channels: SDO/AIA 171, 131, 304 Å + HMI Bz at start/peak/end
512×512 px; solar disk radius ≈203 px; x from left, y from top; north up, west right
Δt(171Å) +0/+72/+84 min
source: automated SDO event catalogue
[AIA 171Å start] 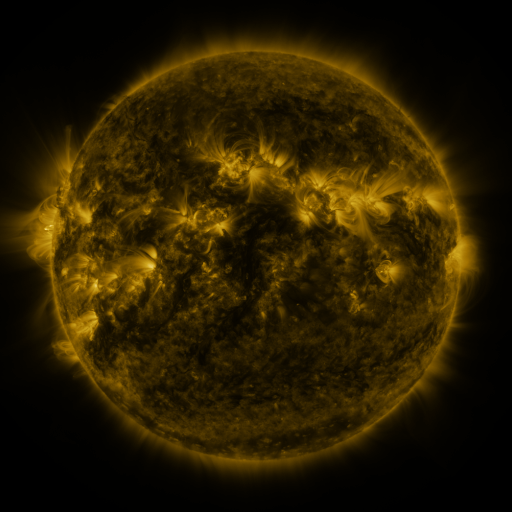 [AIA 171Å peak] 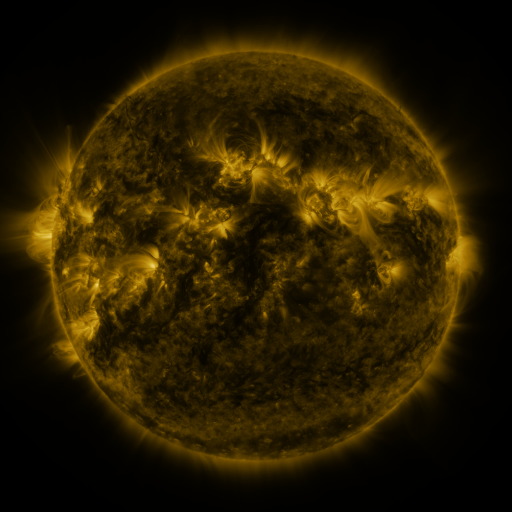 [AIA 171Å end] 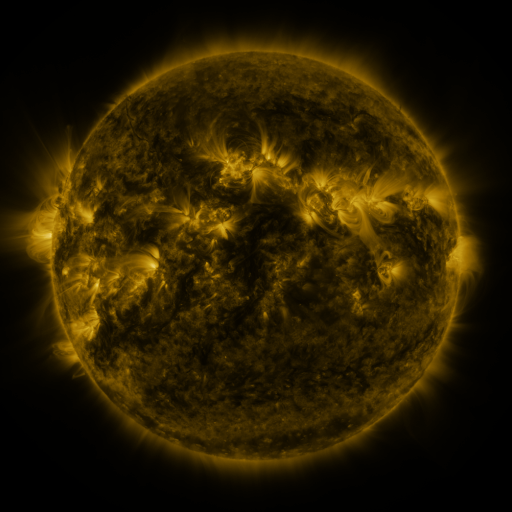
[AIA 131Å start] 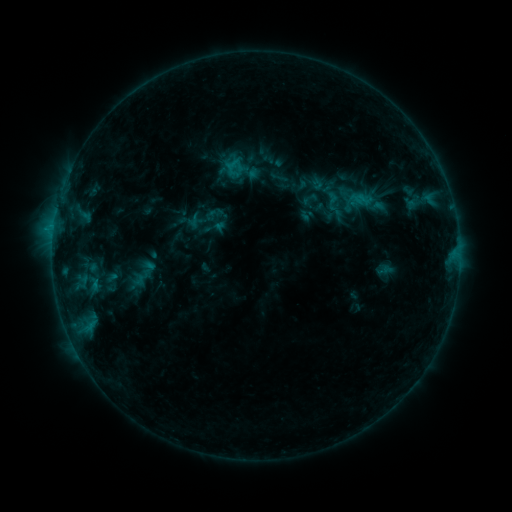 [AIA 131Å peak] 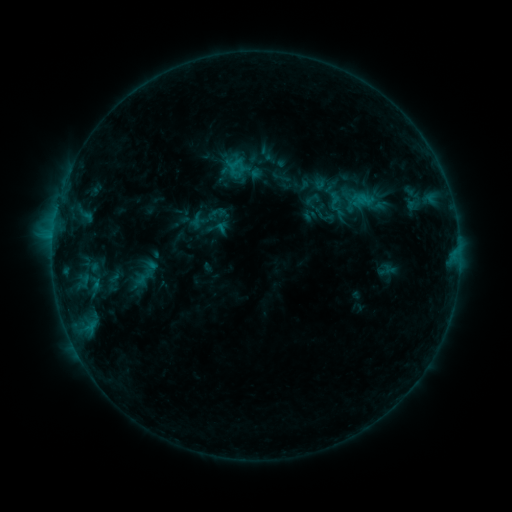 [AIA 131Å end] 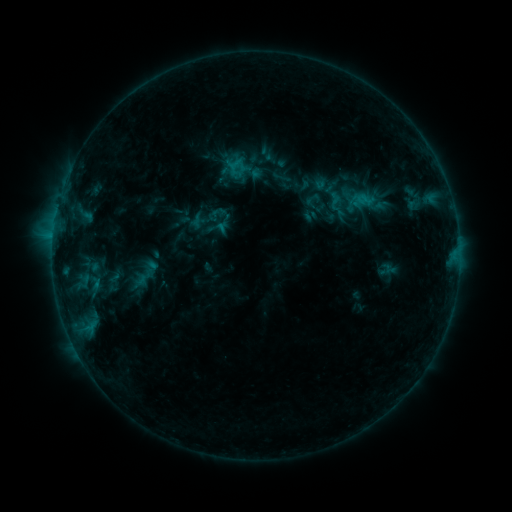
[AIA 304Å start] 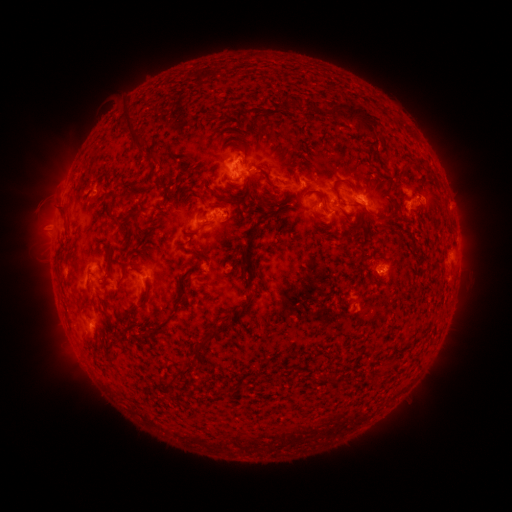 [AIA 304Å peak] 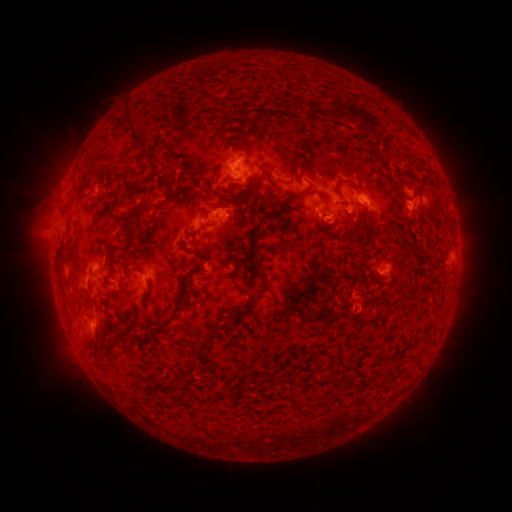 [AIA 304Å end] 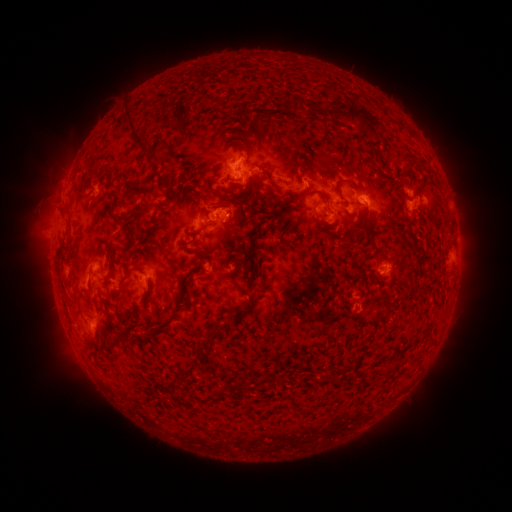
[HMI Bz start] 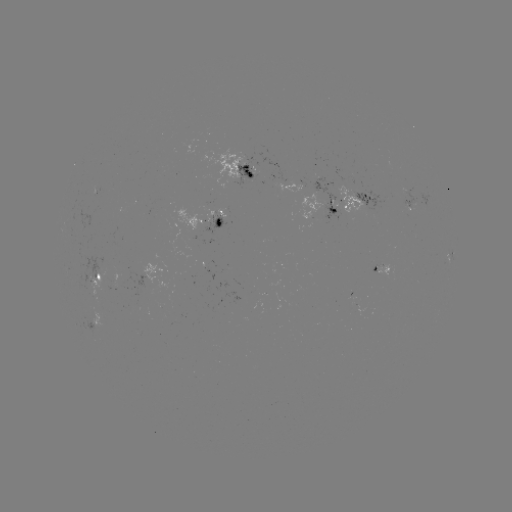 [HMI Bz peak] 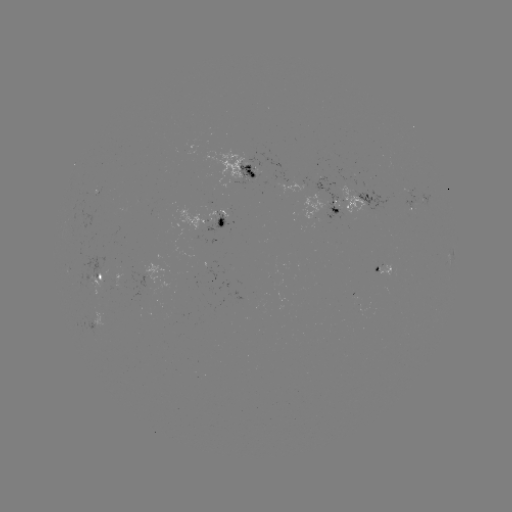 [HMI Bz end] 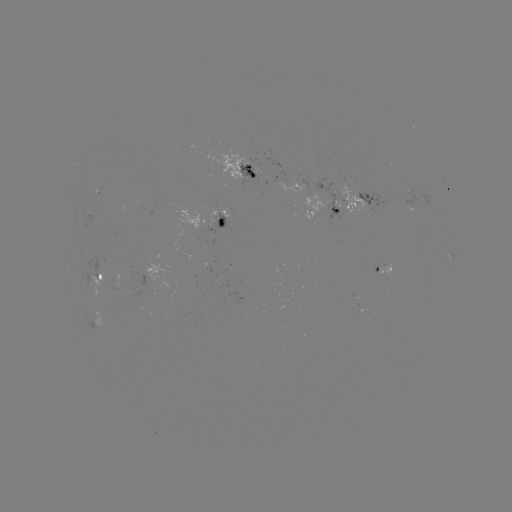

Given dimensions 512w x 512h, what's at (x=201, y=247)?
emerging-flux region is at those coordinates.